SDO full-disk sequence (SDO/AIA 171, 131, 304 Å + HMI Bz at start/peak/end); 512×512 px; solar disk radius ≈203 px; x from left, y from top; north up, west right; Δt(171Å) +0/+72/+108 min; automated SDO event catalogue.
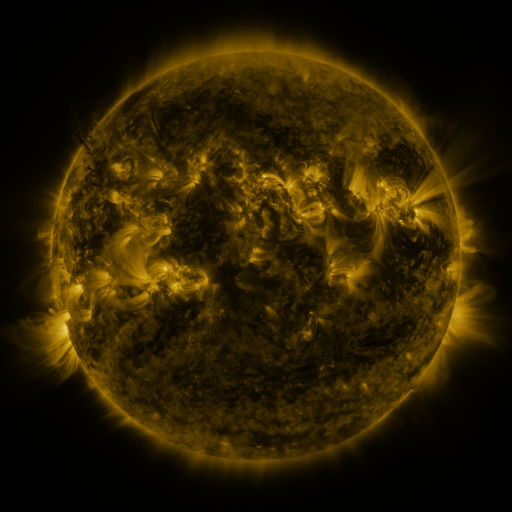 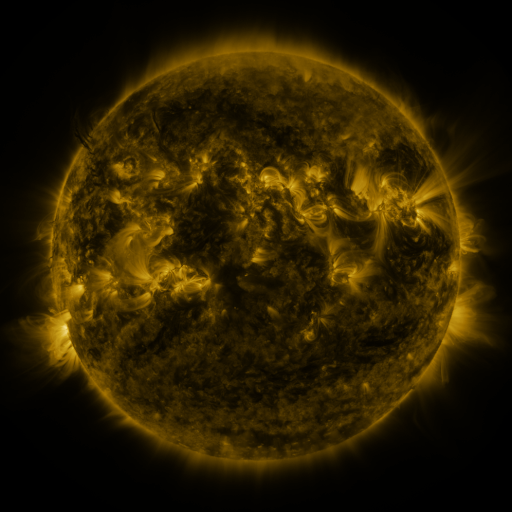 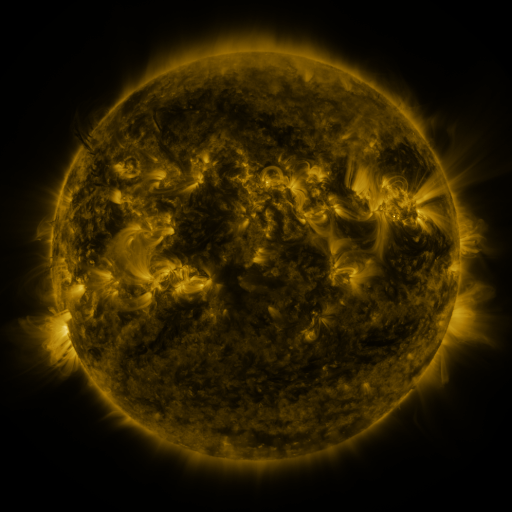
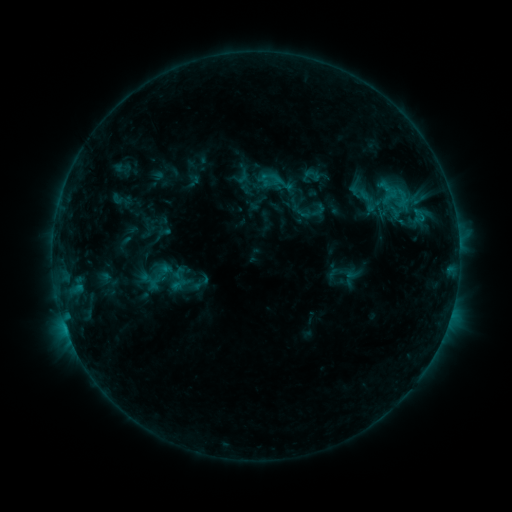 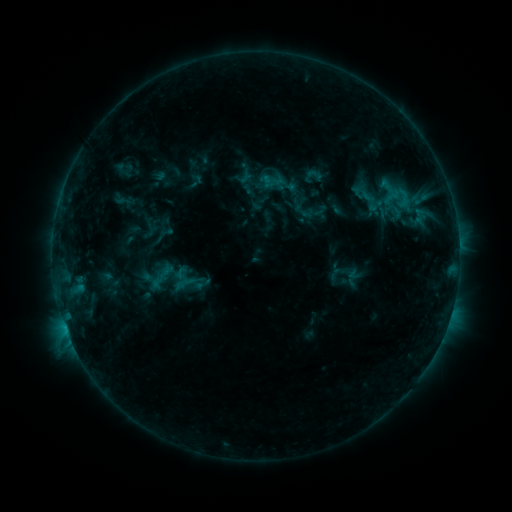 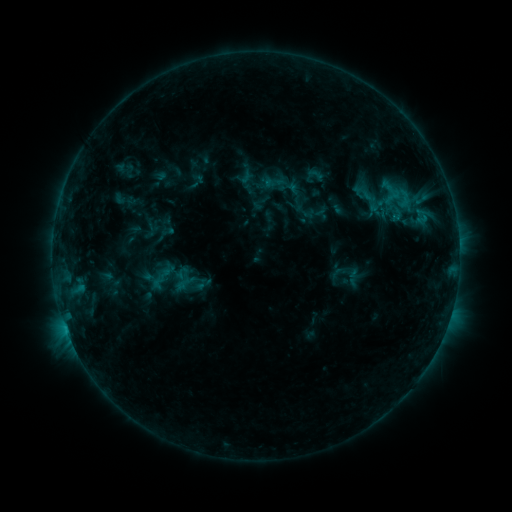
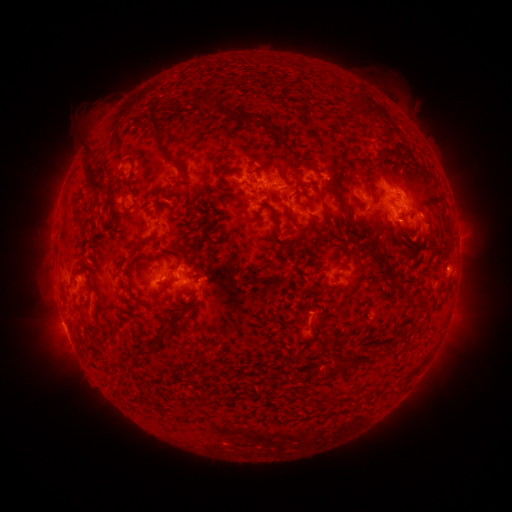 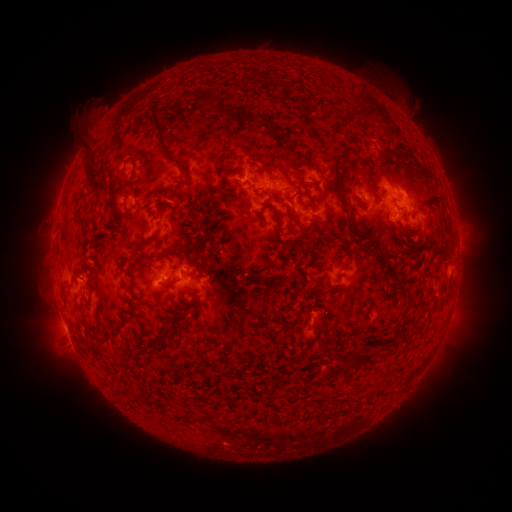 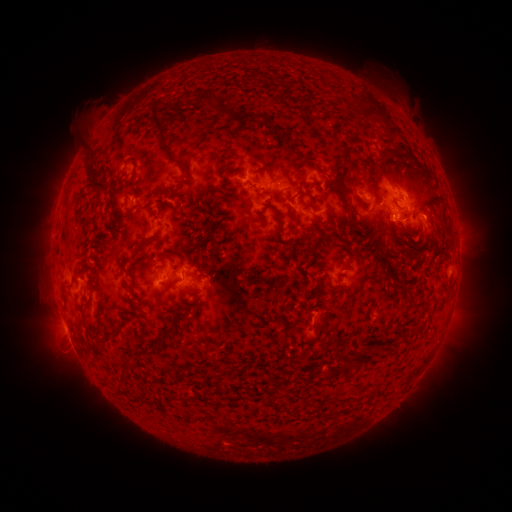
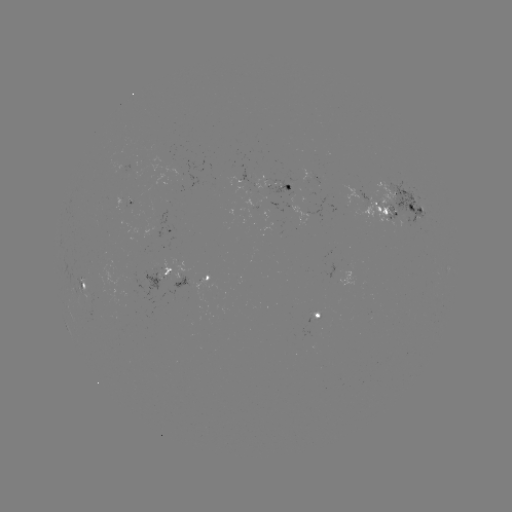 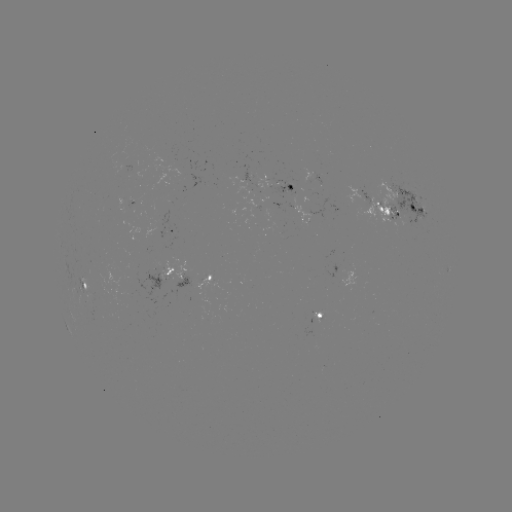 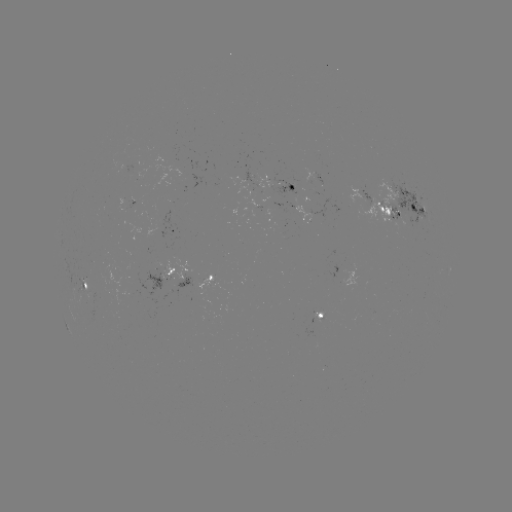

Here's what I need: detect emerging-flux region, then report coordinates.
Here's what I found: emerging-flux region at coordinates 321,178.